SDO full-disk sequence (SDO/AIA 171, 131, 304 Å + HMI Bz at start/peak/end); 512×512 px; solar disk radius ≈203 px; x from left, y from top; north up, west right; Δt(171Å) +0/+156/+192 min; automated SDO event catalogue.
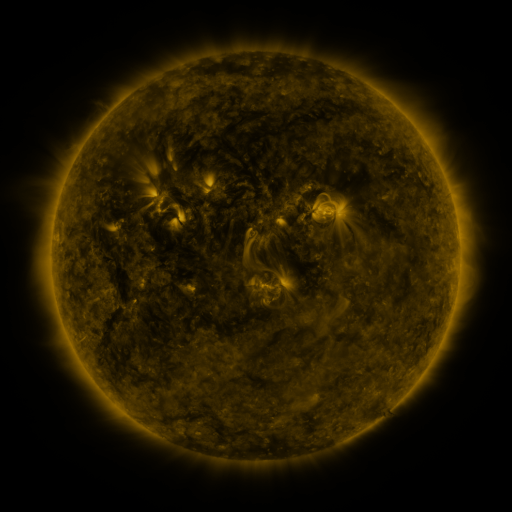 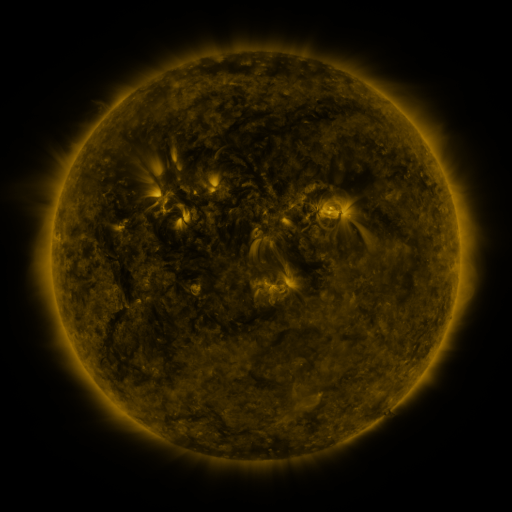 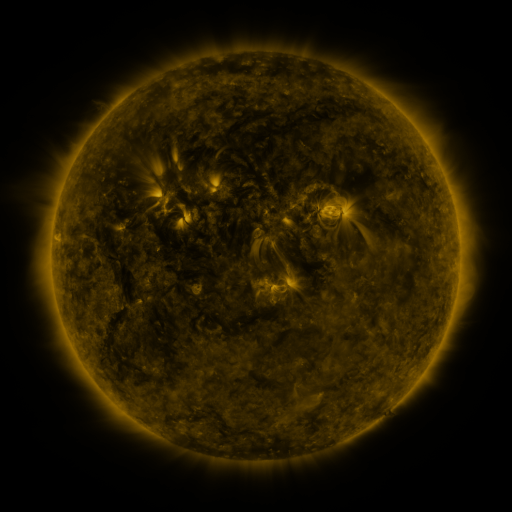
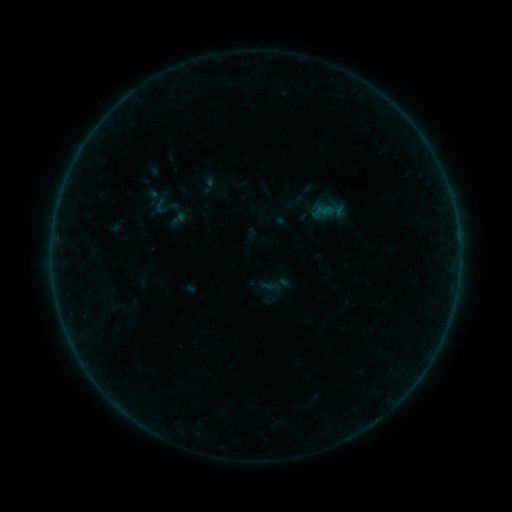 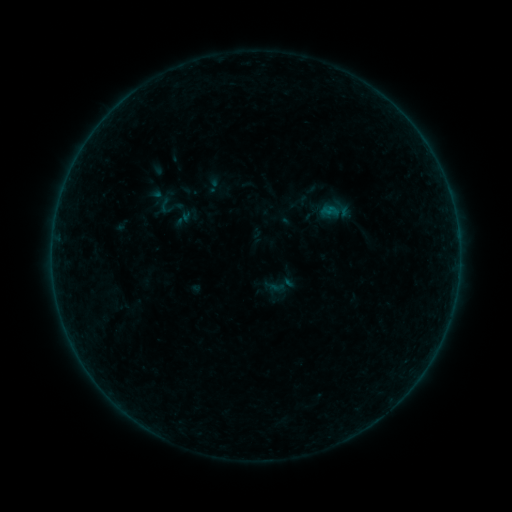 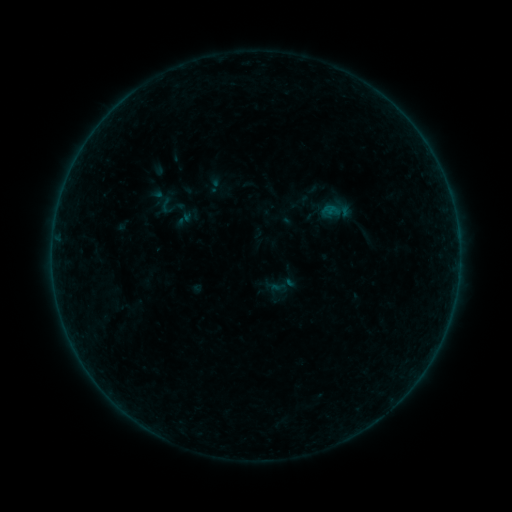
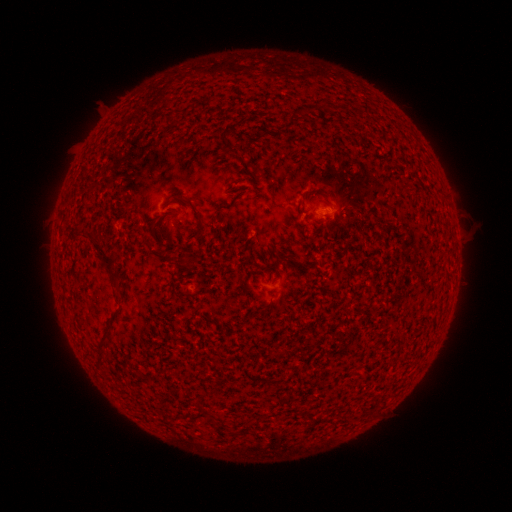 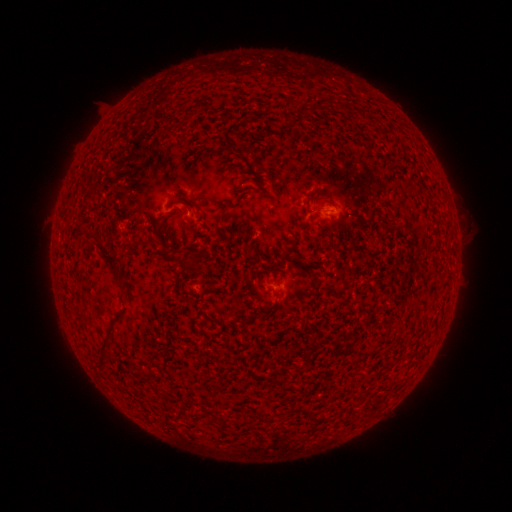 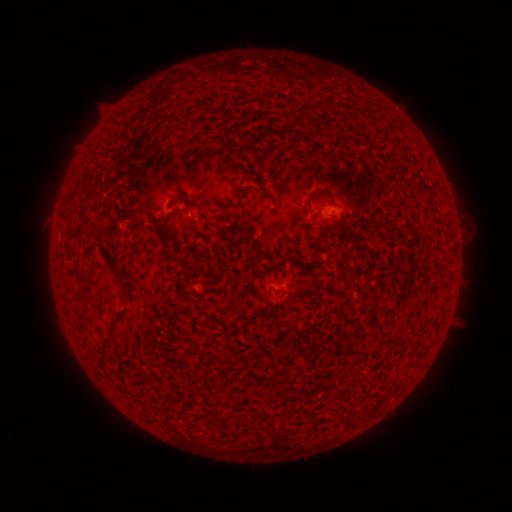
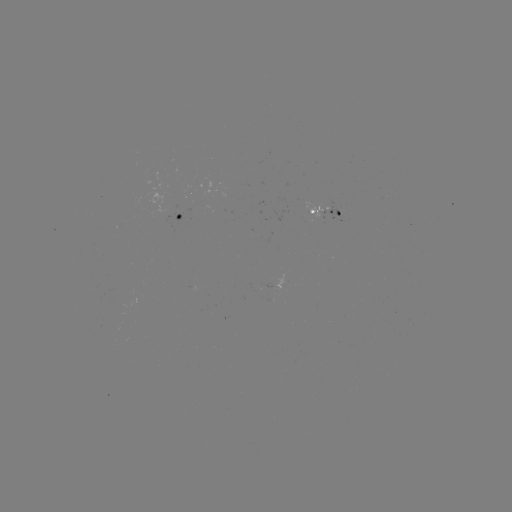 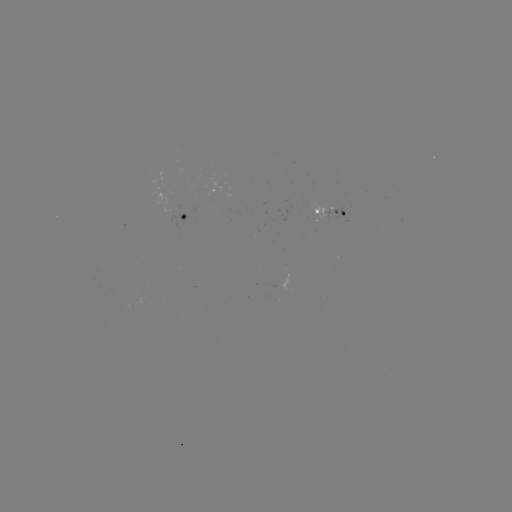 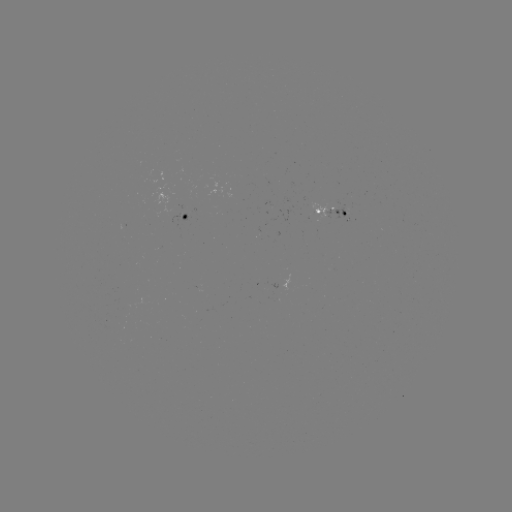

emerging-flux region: [330, 207, 348, 218]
